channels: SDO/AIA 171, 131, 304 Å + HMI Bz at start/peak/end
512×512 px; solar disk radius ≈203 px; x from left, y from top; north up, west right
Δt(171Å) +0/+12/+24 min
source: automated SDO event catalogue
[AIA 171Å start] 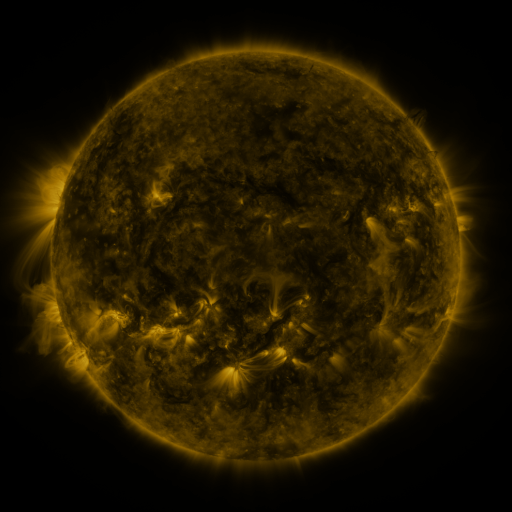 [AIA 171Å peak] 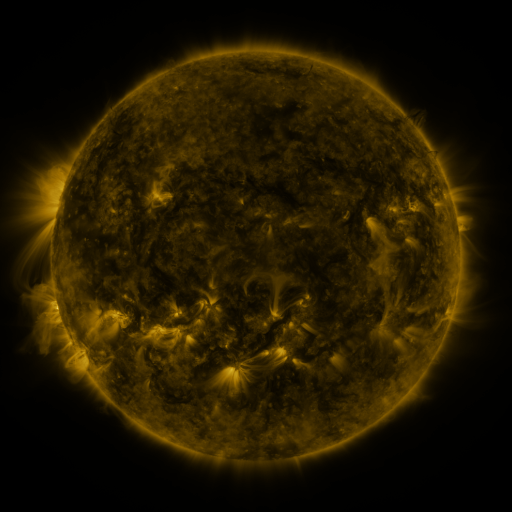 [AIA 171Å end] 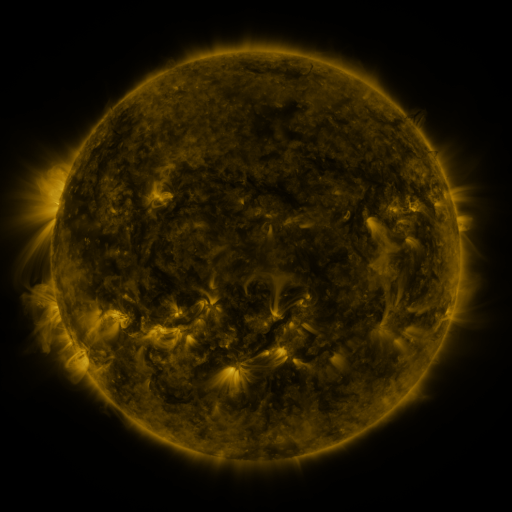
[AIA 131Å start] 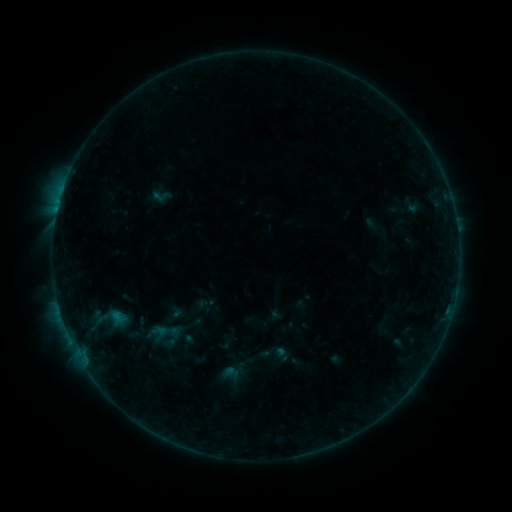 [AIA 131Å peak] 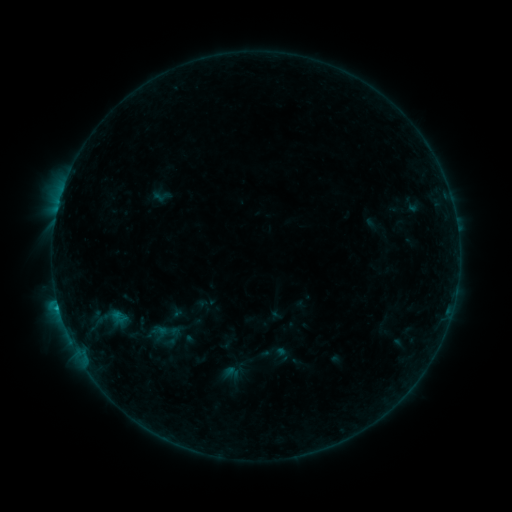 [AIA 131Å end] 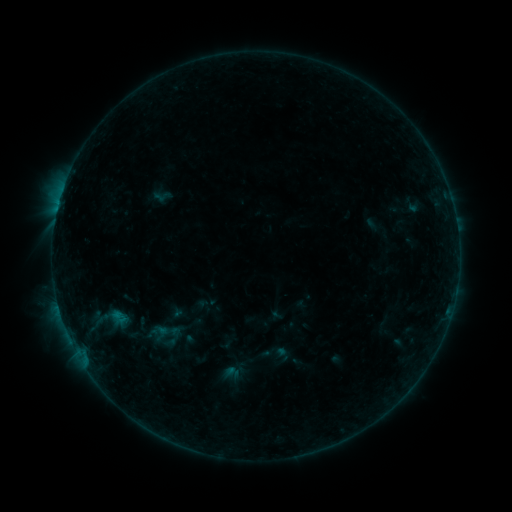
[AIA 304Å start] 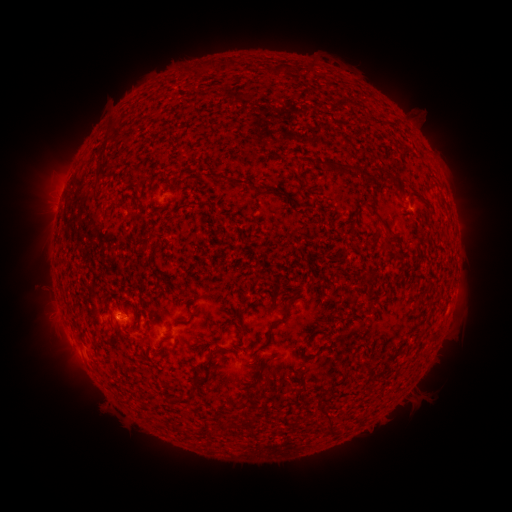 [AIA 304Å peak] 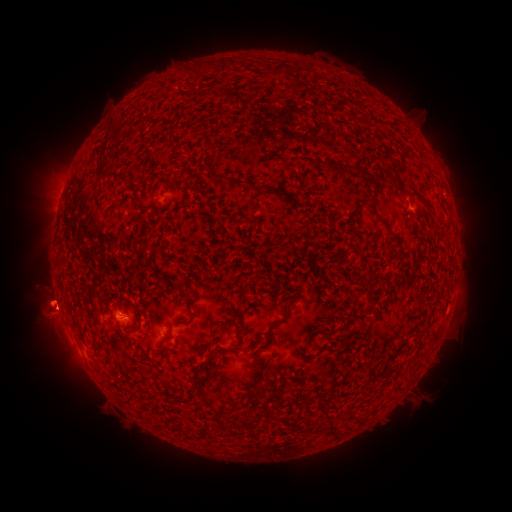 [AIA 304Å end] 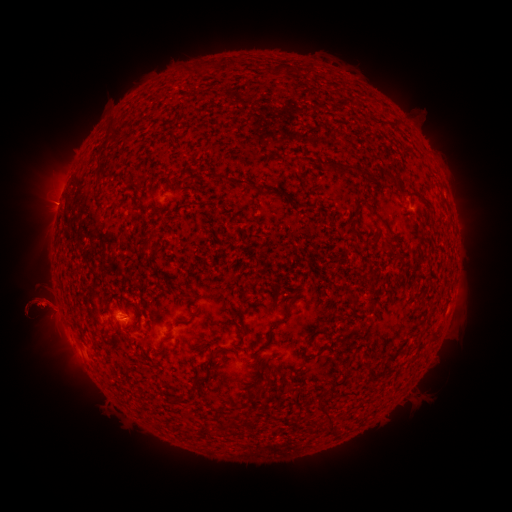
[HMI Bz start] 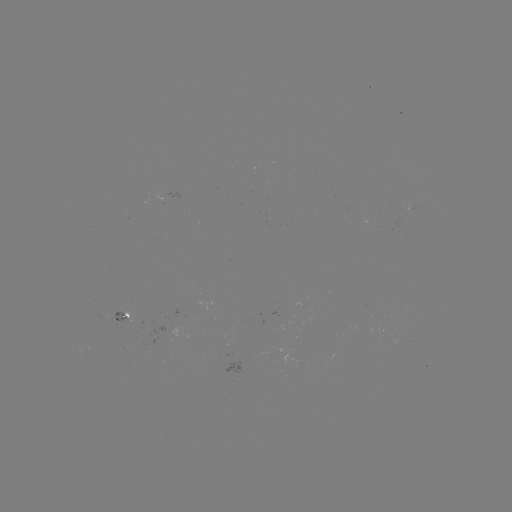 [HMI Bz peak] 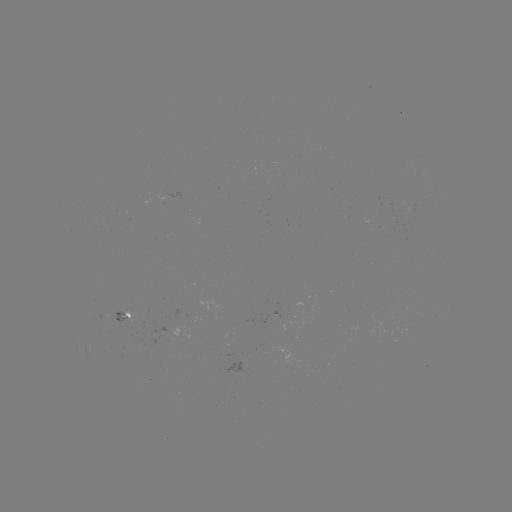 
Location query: B5.2 flare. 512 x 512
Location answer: (58, 305).